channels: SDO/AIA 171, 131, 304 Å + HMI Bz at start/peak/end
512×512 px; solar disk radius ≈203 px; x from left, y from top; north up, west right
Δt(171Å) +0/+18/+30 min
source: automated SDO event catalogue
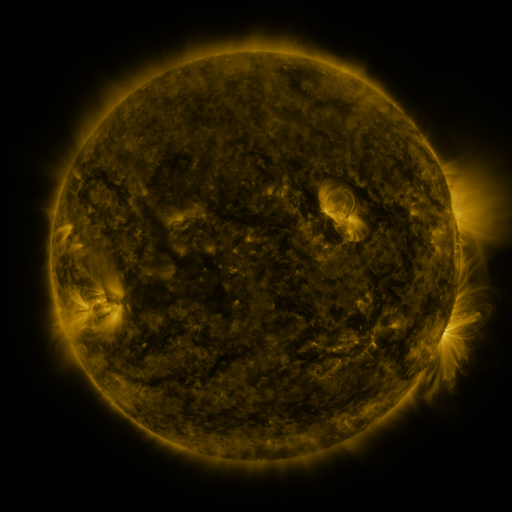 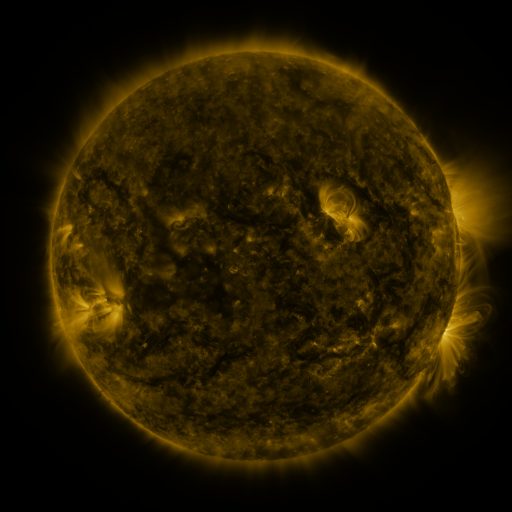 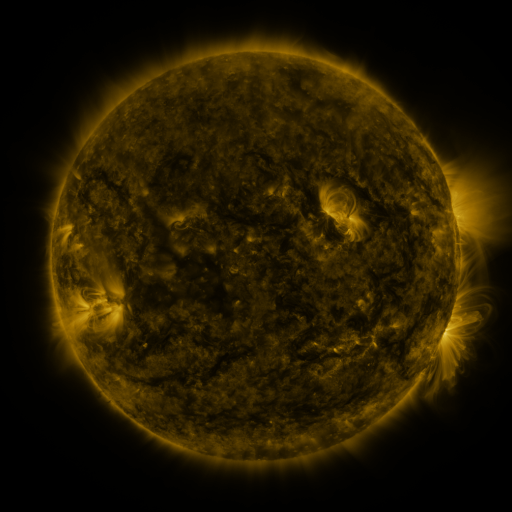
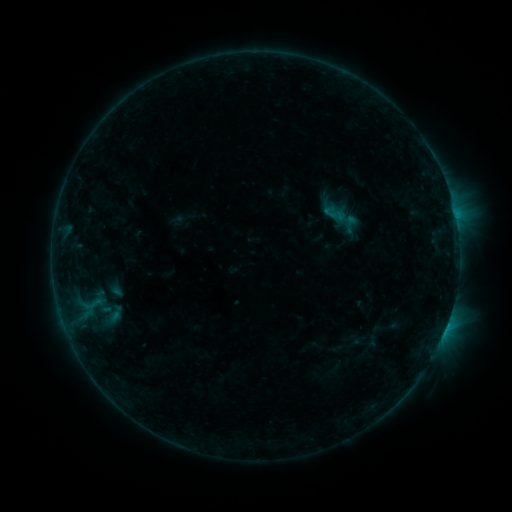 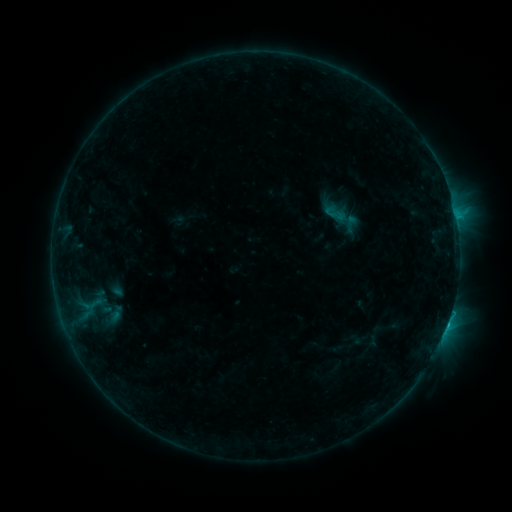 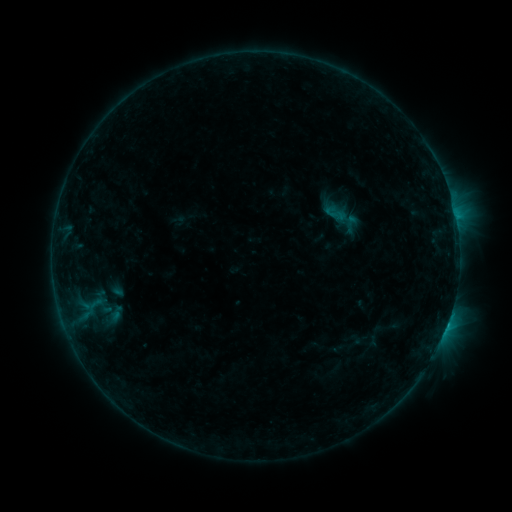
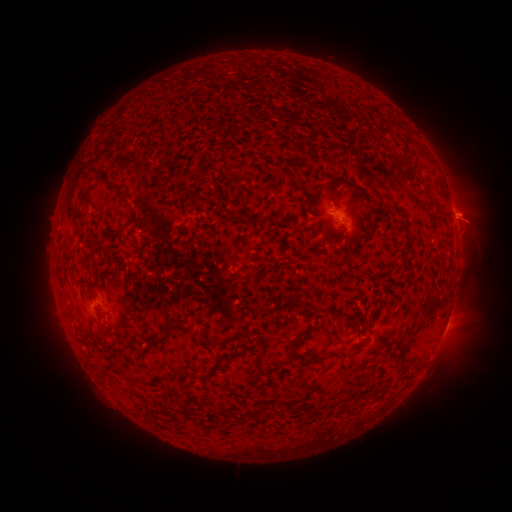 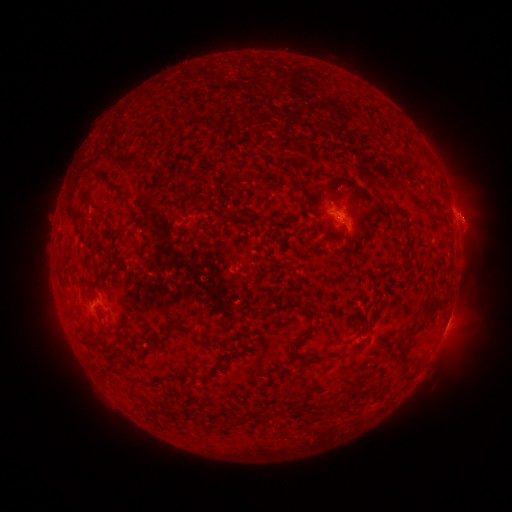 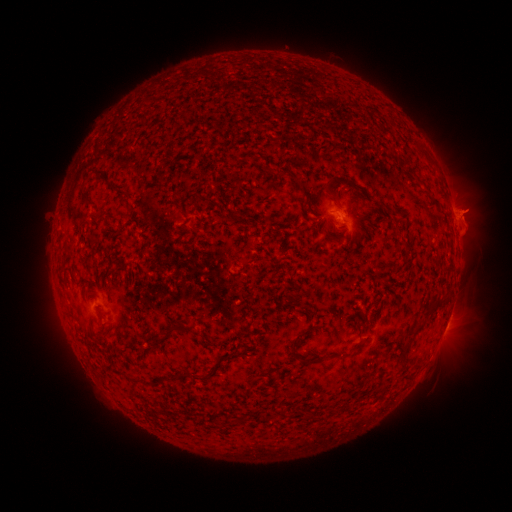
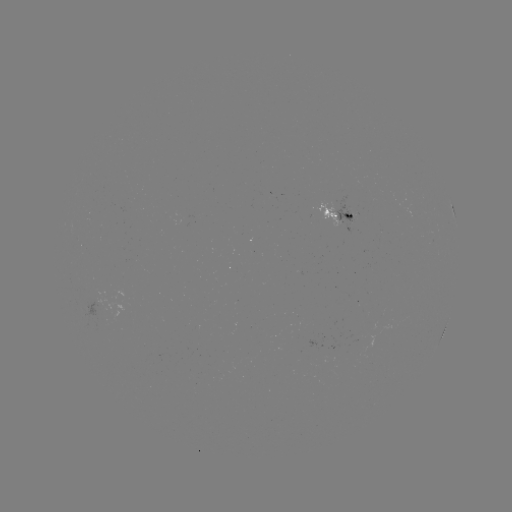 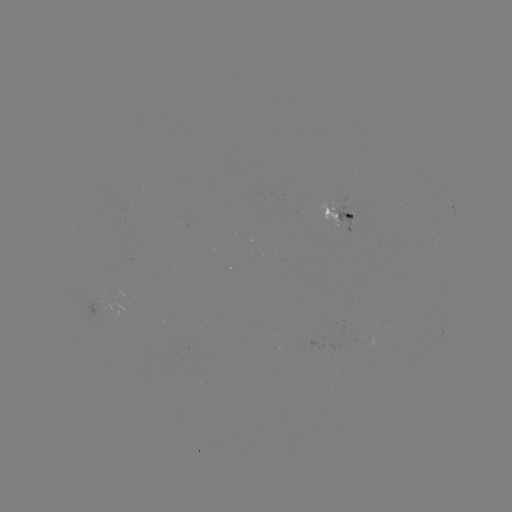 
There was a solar flare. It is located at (85, 303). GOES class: C1.1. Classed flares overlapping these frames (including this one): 1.